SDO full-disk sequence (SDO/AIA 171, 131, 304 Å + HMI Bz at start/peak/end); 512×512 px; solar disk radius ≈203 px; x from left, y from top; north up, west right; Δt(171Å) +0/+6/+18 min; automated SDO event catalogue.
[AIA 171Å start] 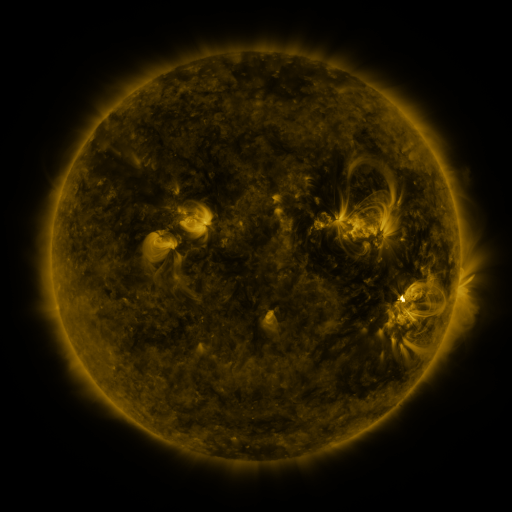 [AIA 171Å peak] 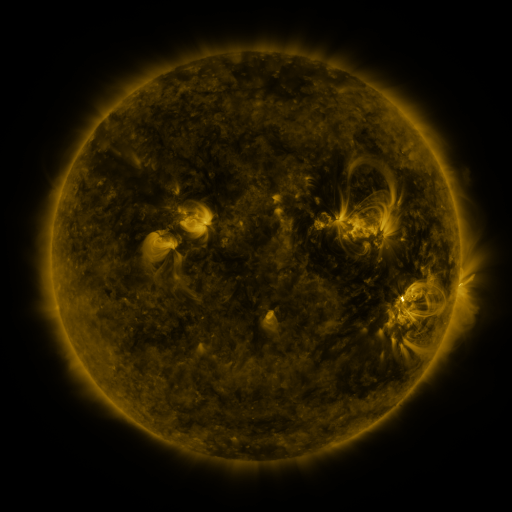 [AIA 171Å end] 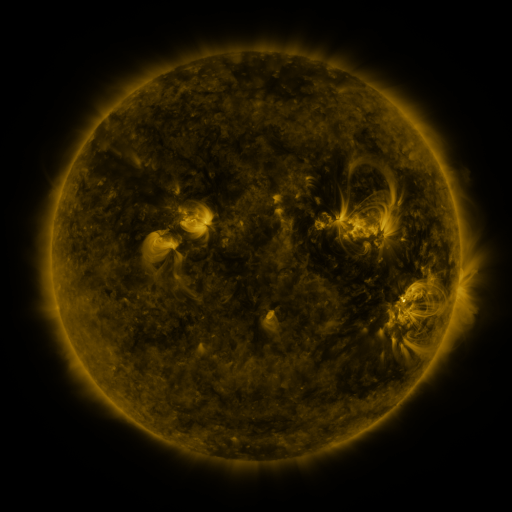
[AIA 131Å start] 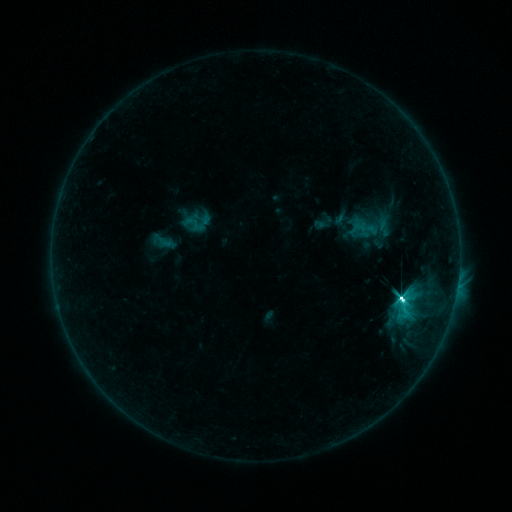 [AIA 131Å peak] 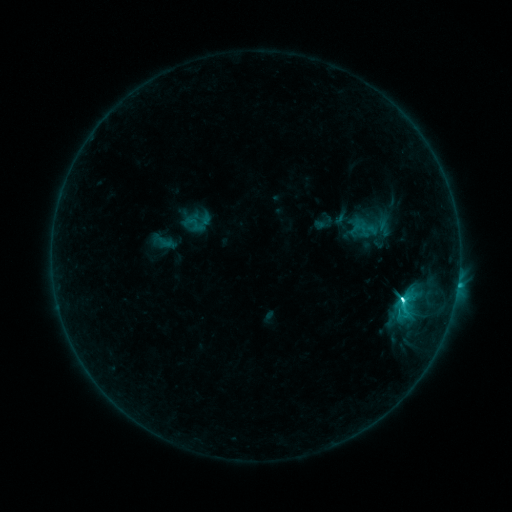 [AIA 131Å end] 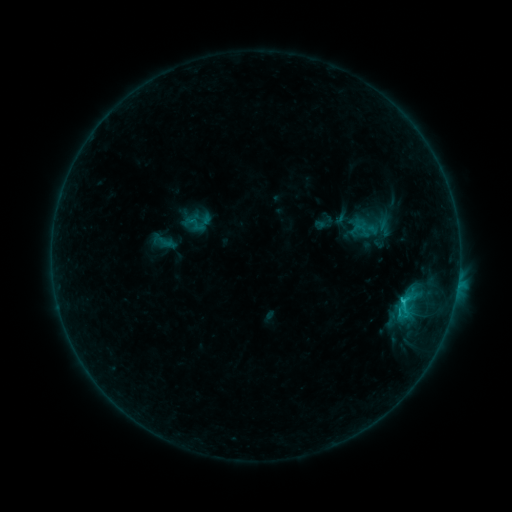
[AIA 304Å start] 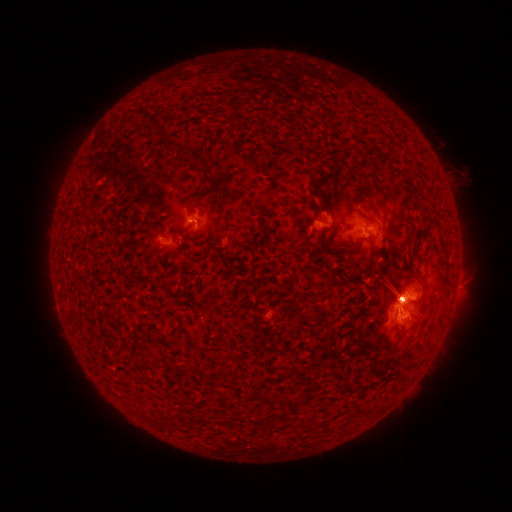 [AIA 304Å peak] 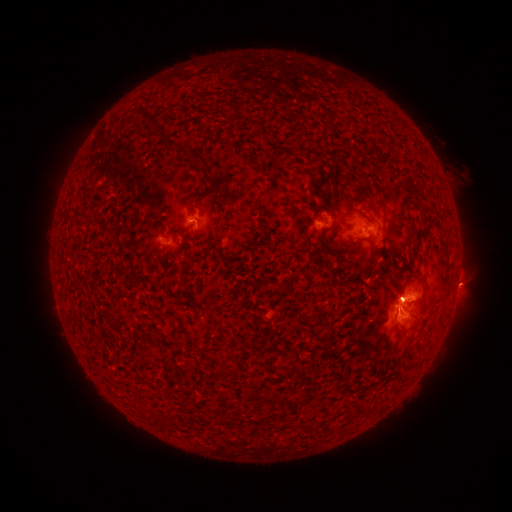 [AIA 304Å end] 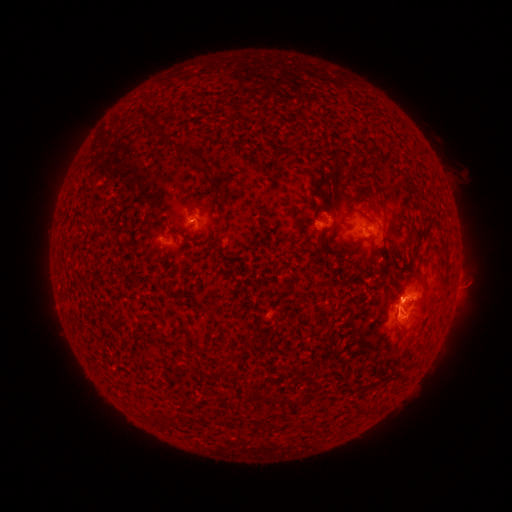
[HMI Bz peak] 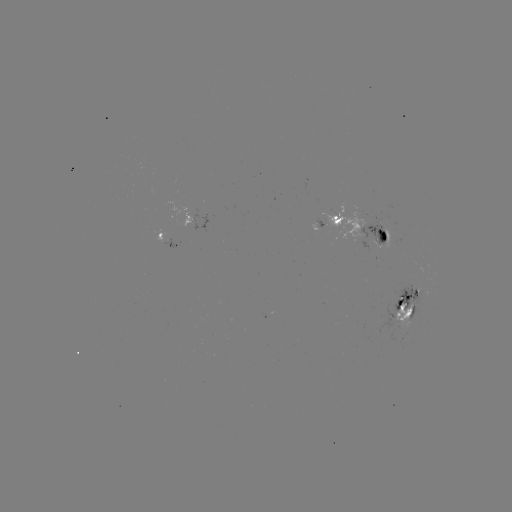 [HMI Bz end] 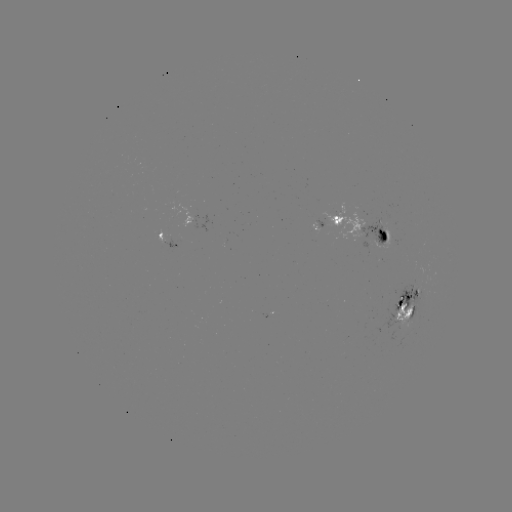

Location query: eruption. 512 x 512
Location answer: (459, 283).